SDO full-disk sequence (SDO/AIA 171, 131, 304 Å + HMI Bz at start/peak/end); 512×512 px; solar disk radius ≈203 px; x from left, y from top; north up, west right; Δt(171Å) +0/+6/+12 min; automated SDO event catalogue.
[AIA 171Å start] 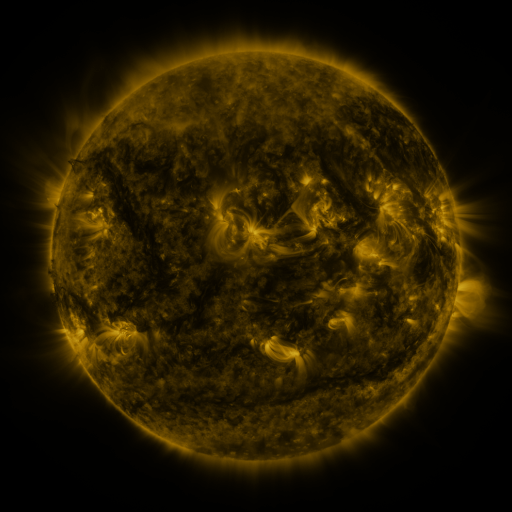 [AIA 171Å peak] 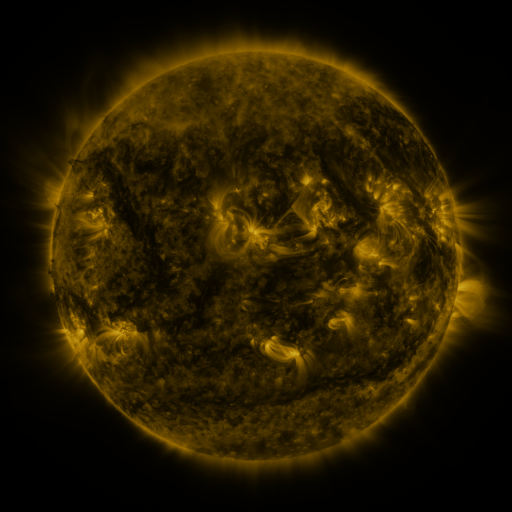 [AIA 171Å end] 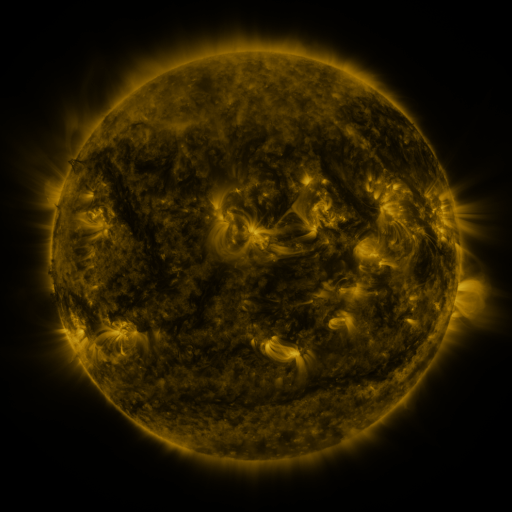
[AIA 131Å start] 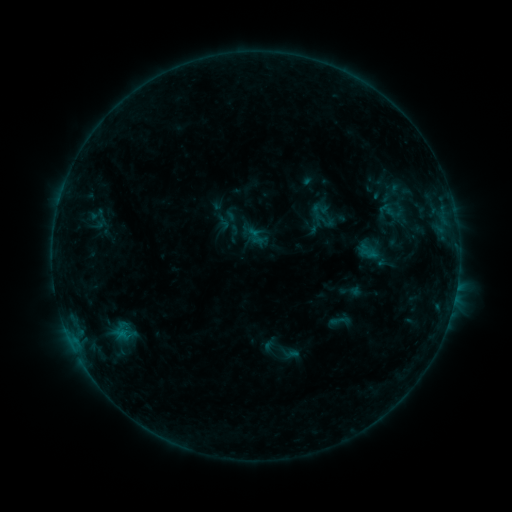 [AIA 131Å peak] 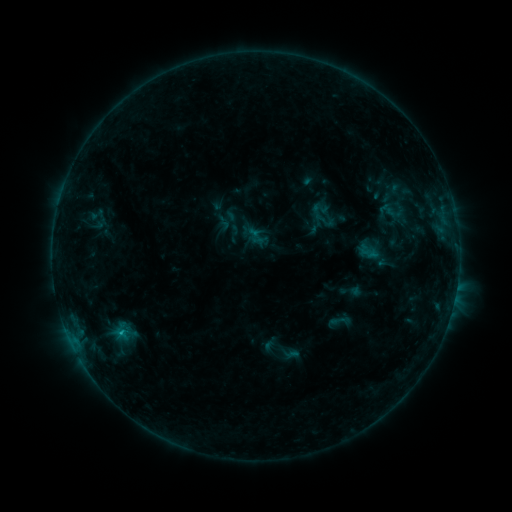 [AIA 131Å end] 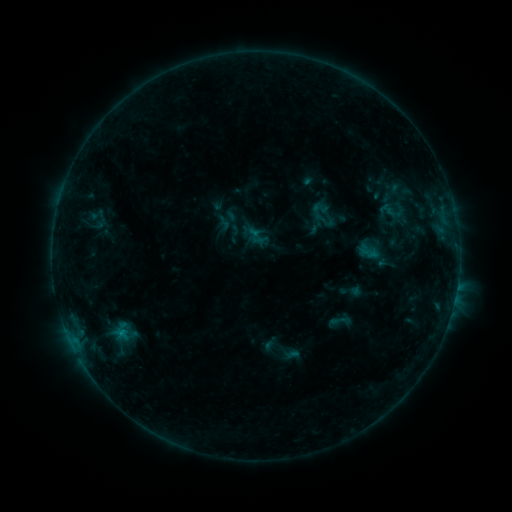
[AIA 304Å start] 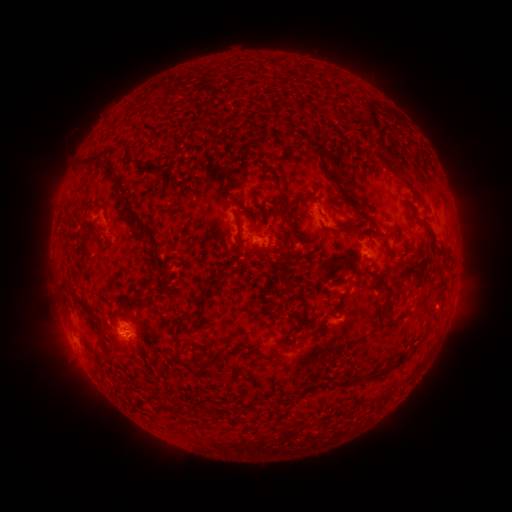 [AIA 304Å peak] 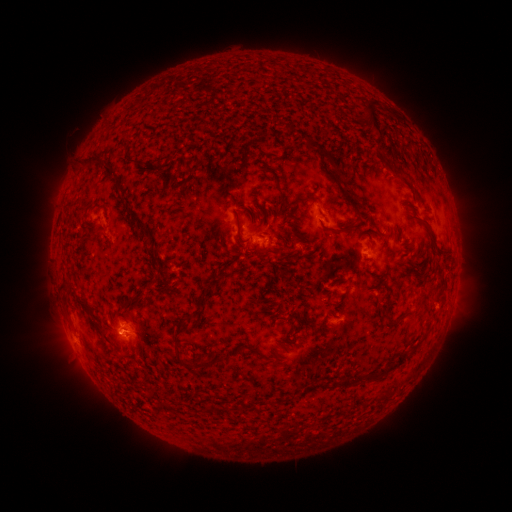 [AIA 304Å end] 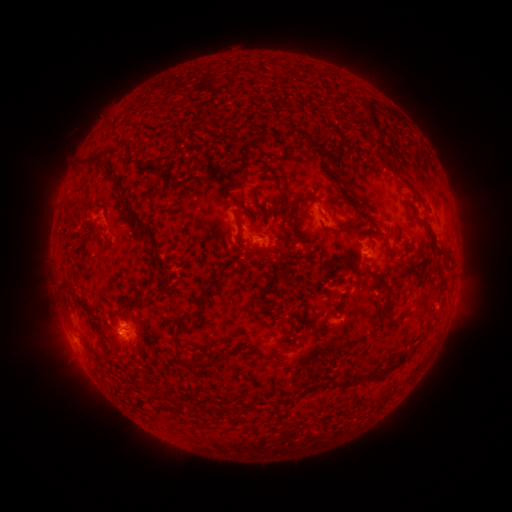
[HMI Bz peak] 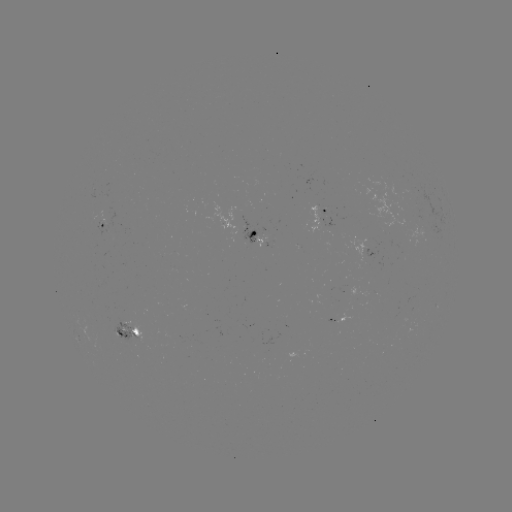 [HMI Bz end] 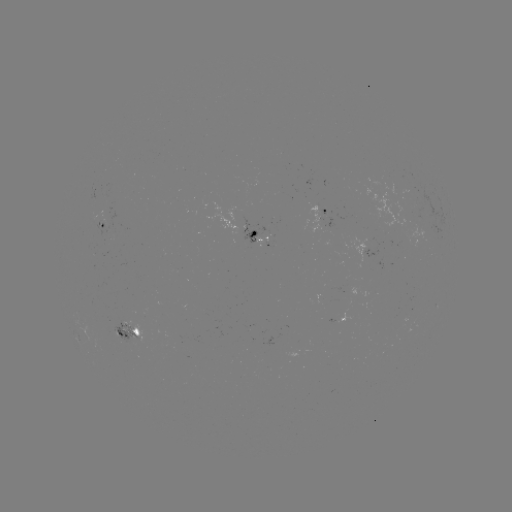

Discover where B5.5 flare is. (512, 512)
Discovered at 123,330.